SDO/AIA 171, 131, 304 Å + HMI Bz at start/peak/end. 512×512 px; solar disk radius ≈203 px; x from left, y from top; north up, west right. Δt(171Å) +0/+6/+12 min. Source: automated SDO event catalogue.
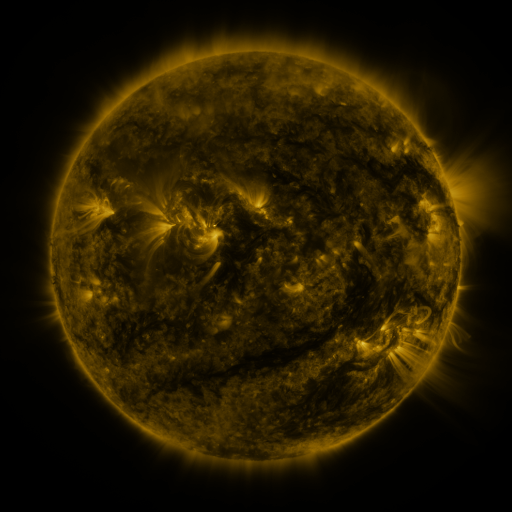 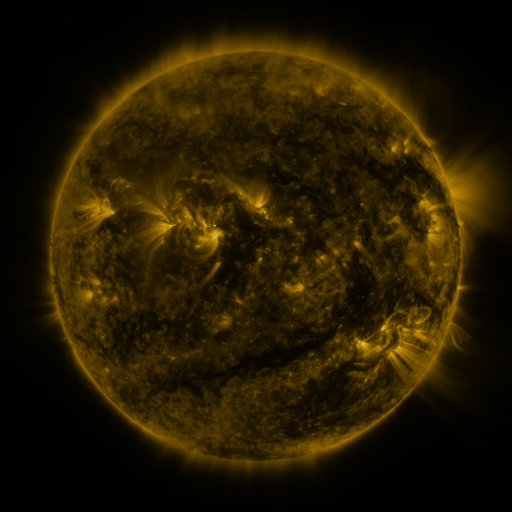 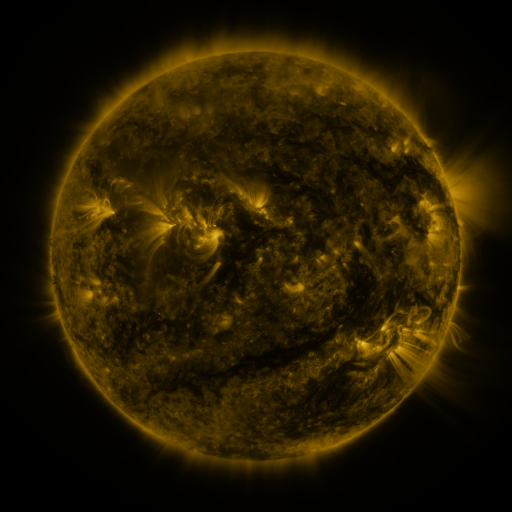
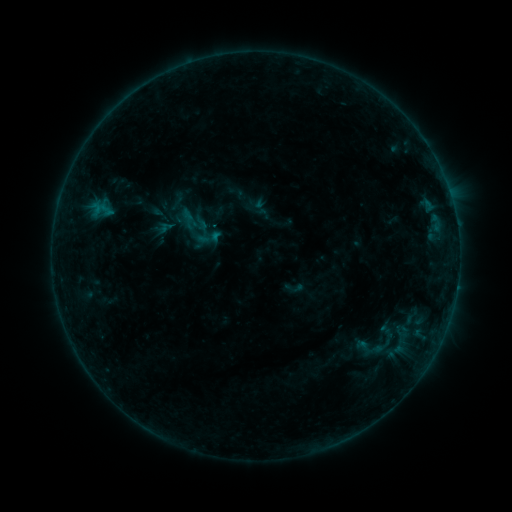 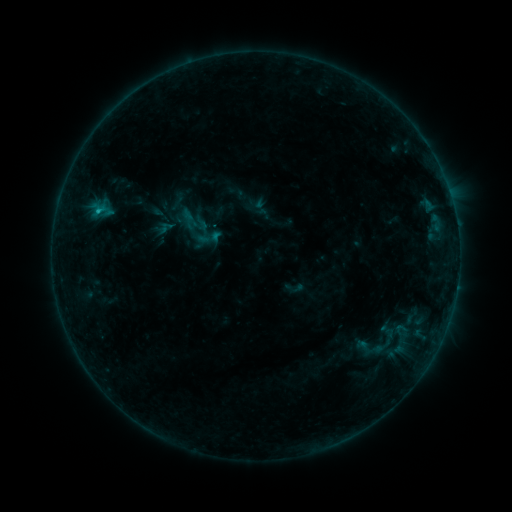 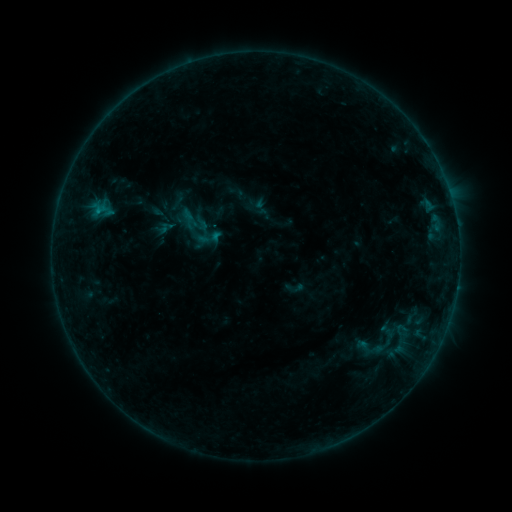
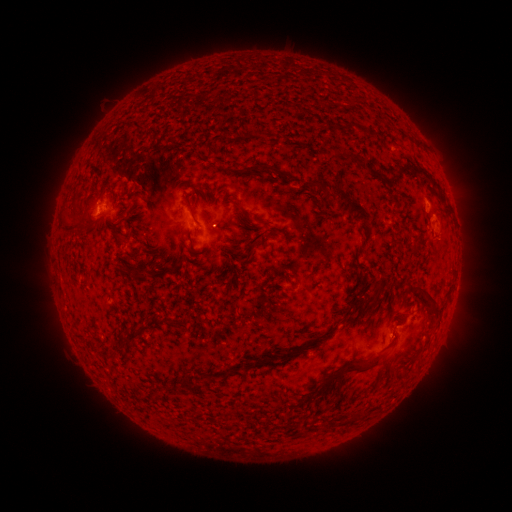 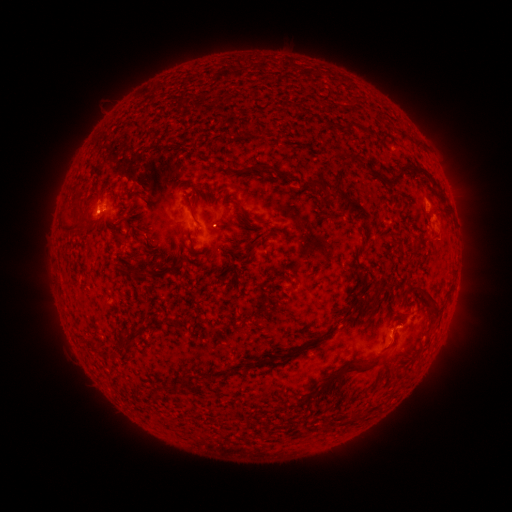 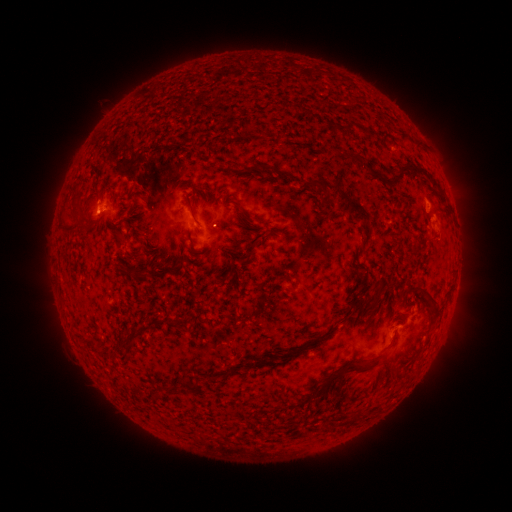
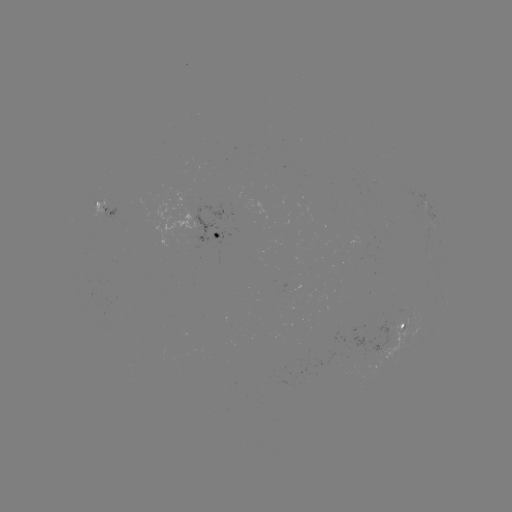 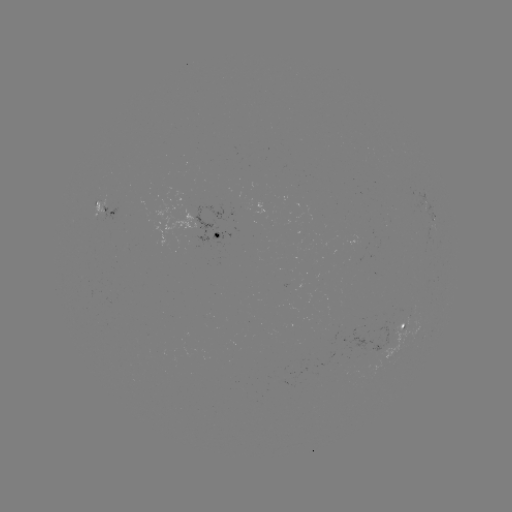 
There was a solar flare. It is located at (98, 212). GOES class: B5.1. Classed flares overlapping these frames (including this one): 1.